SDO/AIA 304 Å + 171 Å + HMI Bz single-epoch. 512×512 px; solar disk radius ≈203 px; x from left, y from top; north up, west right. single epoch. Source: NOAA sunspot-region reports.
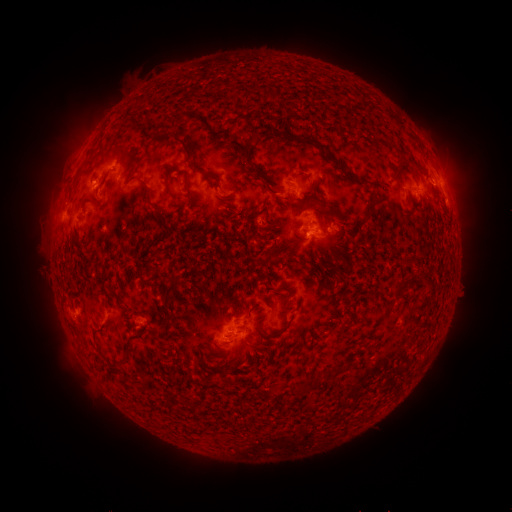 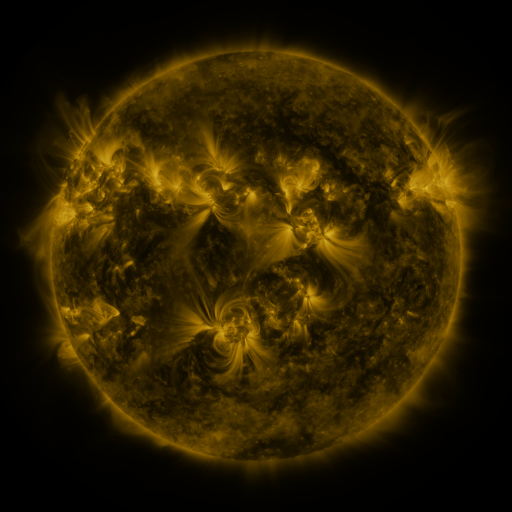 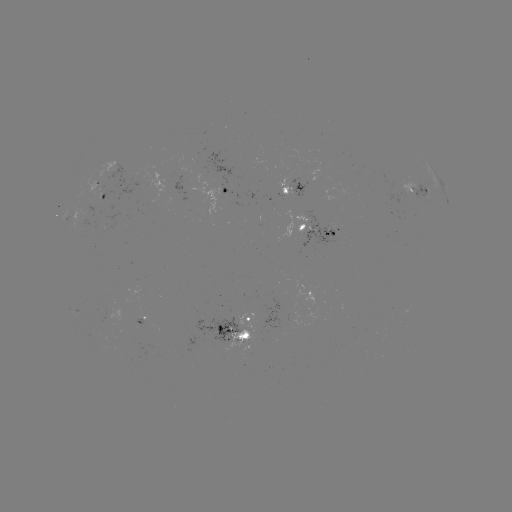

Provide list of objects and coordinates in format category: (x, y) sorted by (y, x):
spotted active region: (445, 186)
spotted active region: (295, 187)
spotted active region: (419, 190)
spotted active region: (228, 194)
spotted active region: (104, 197)
spotted active region: (318, 229)
spotted active region: (141, 320)
spotted active region: (242, 330)
